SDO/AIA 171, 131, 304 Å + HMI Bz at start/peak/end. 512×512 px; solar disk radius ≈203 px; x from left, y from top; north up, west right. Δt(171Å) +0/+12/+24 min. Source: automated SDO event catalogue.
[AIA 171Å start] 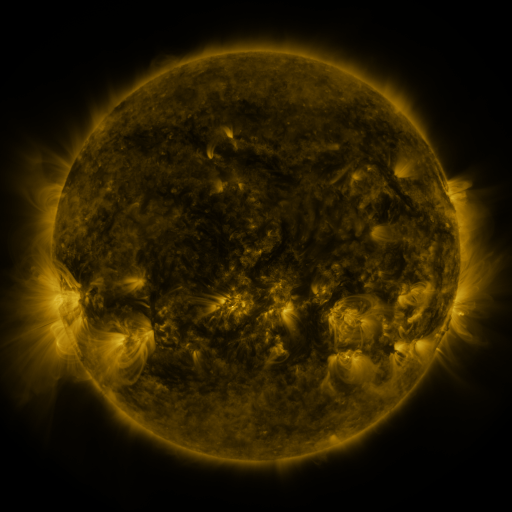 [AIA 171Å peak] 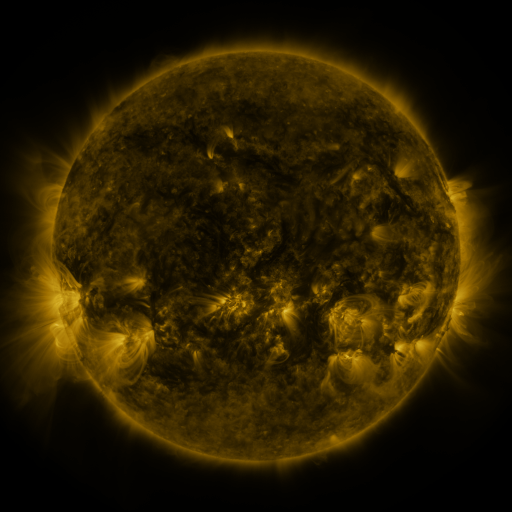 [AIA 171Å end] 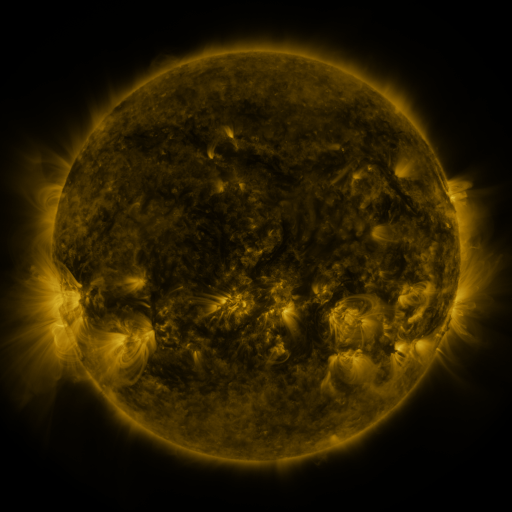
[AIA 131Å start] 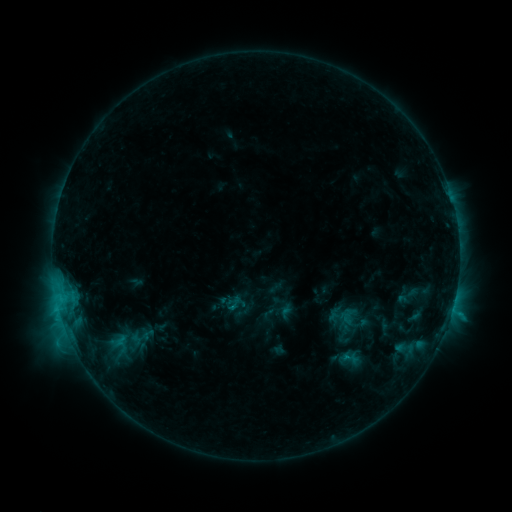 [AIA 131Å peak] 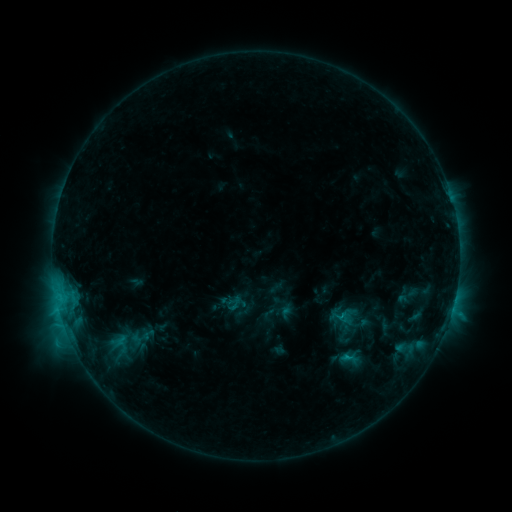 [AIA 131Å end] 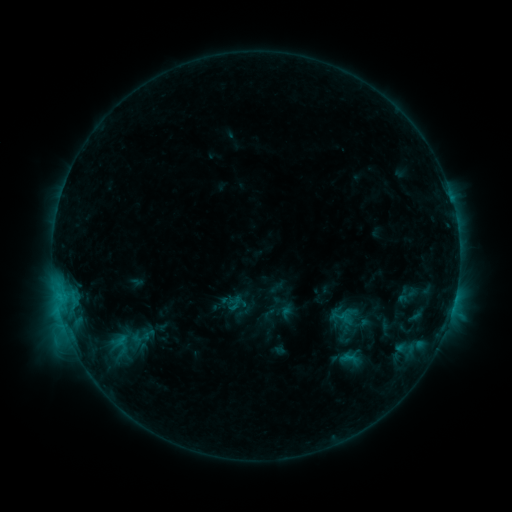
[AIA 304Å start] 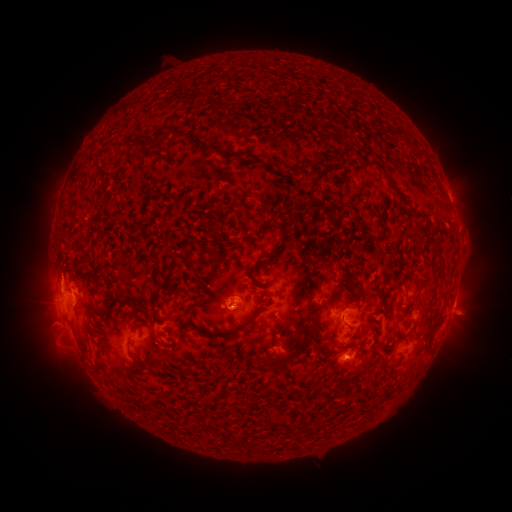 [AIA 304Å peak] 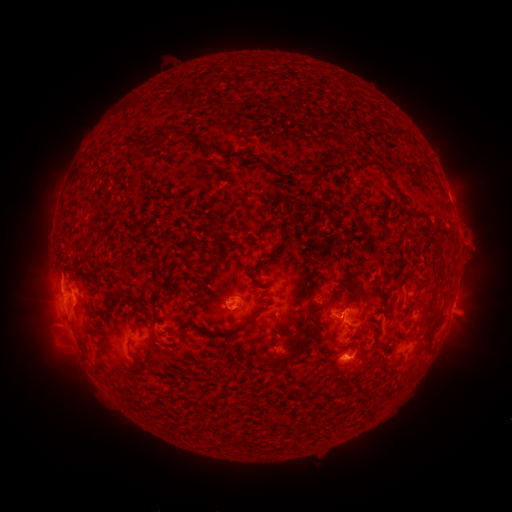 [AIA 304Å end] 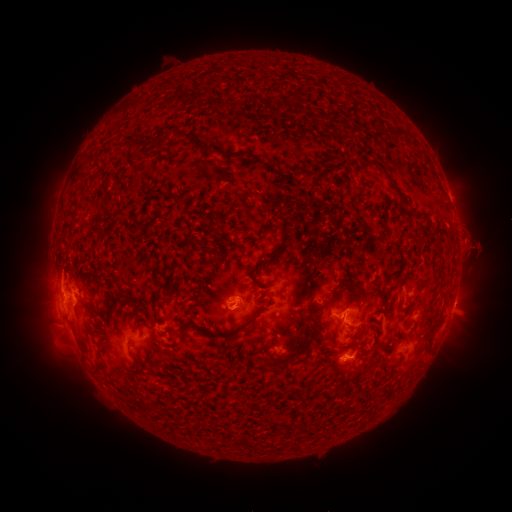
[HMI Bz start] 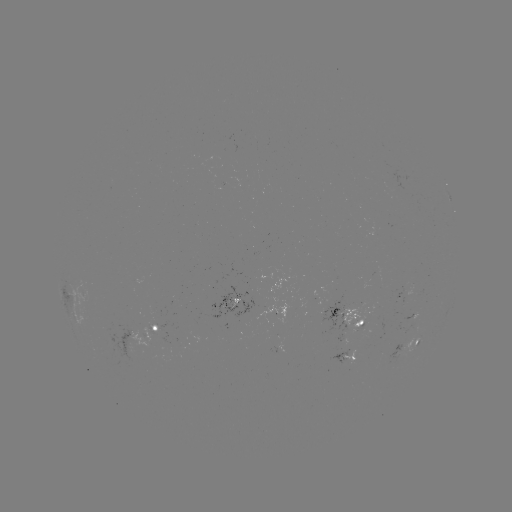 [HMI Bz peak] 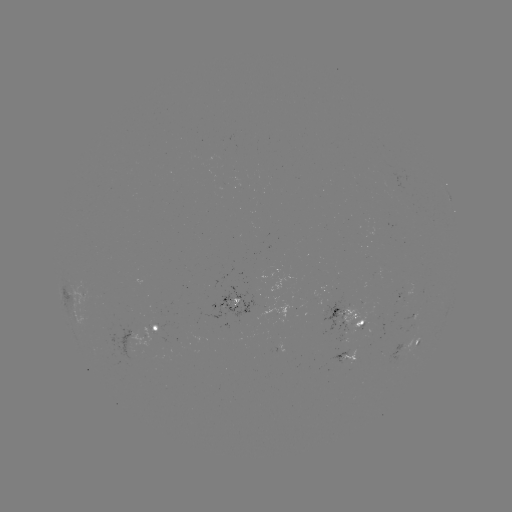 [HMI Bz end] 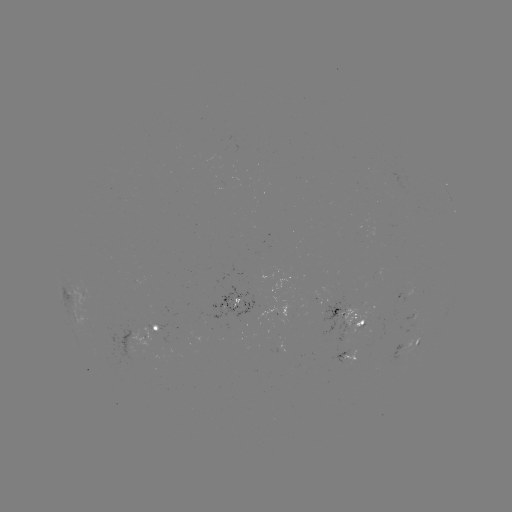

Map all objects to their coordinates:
eruption: (477, 246)
